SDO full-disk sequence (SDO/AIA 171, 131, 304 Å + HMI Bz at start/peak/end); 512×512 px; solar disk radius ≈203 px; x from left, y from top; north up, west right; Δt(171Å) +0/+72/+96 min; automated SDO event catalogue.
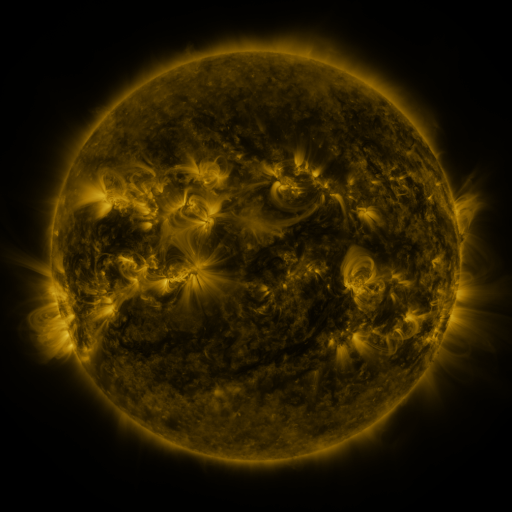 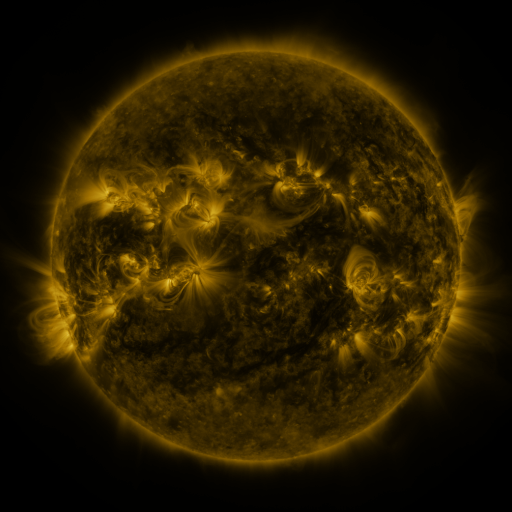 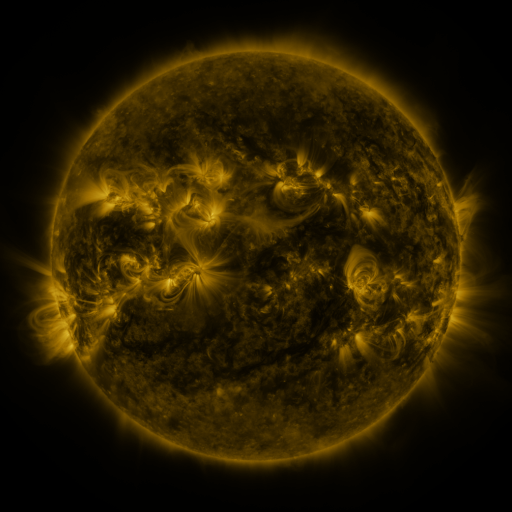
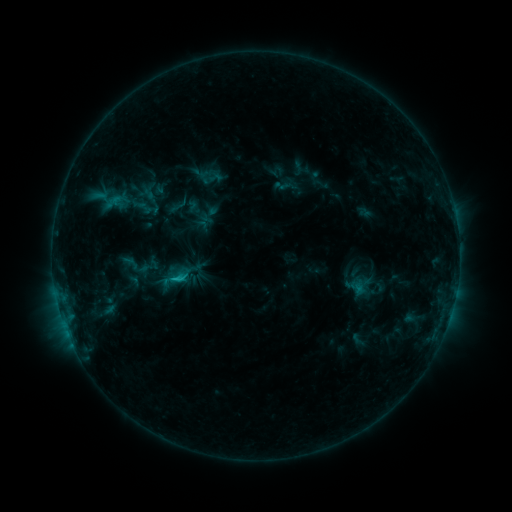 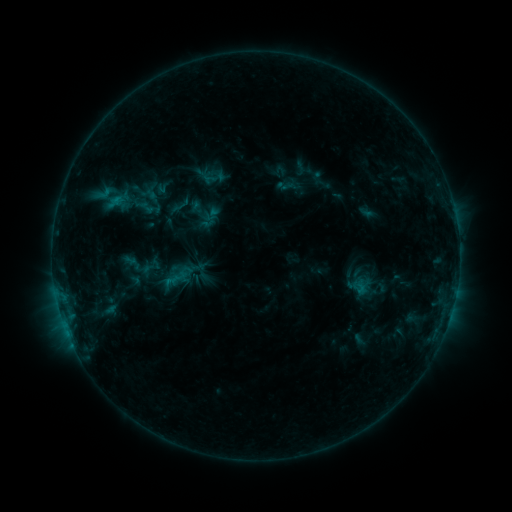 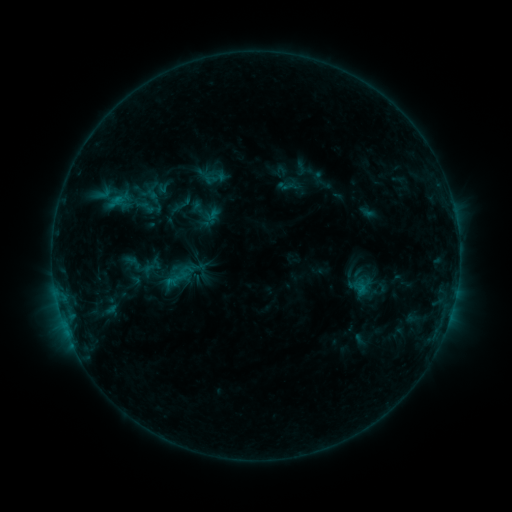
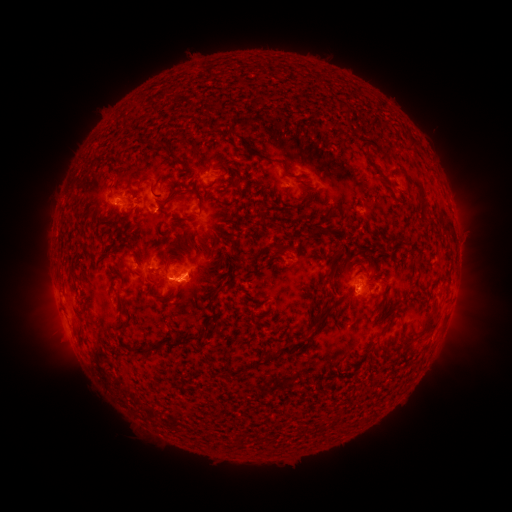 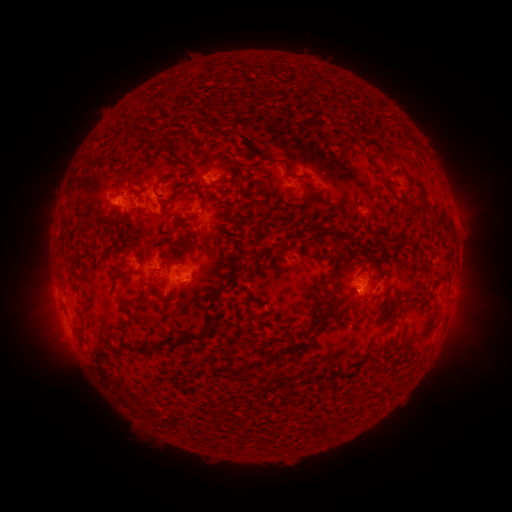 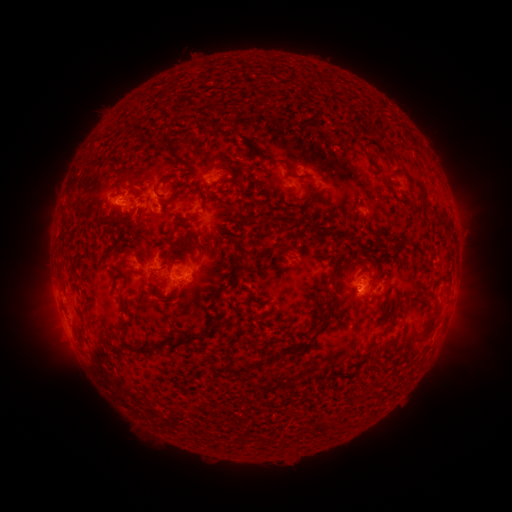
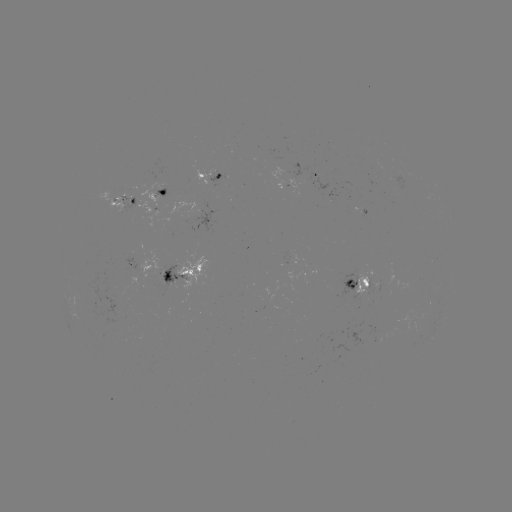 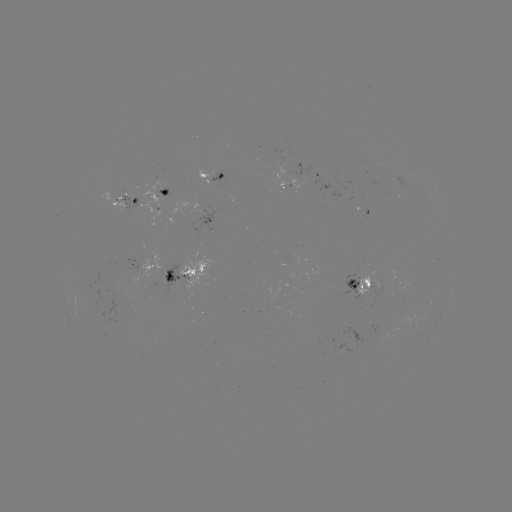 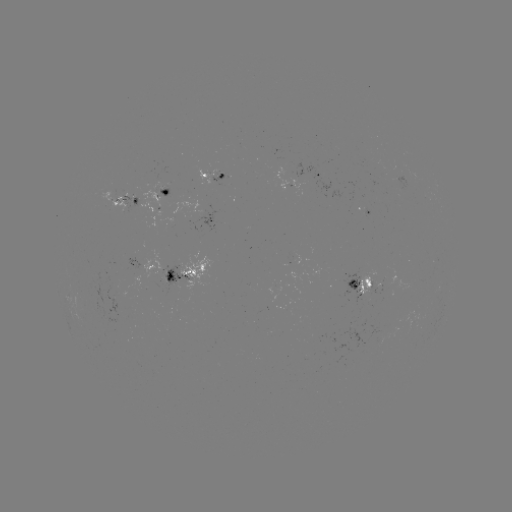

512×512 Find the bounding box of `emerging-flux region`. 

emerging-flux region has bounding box [358, 268, 380, 295].